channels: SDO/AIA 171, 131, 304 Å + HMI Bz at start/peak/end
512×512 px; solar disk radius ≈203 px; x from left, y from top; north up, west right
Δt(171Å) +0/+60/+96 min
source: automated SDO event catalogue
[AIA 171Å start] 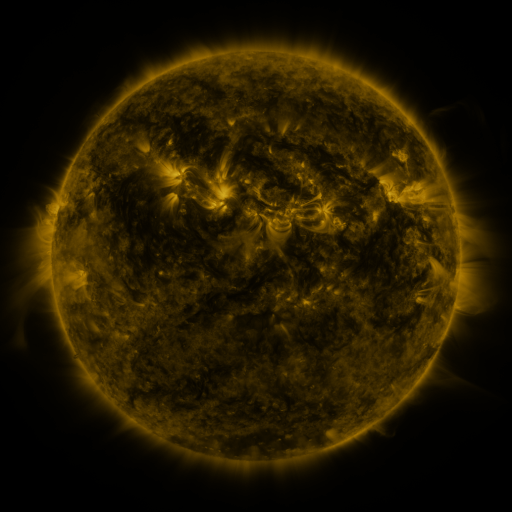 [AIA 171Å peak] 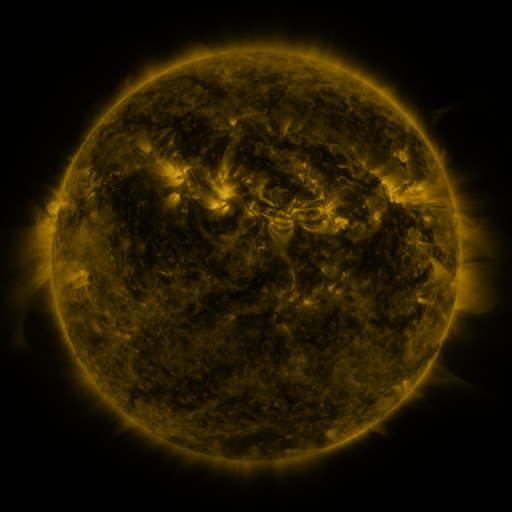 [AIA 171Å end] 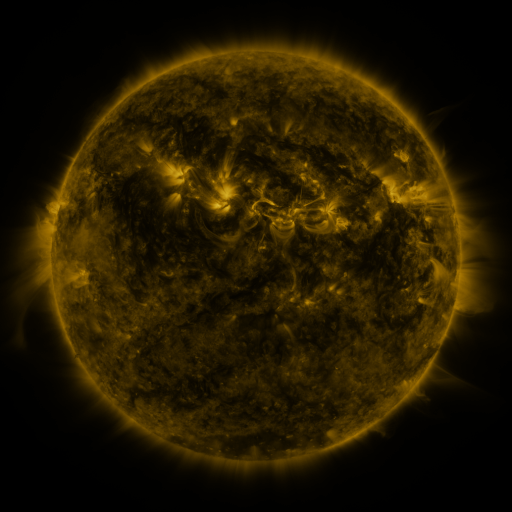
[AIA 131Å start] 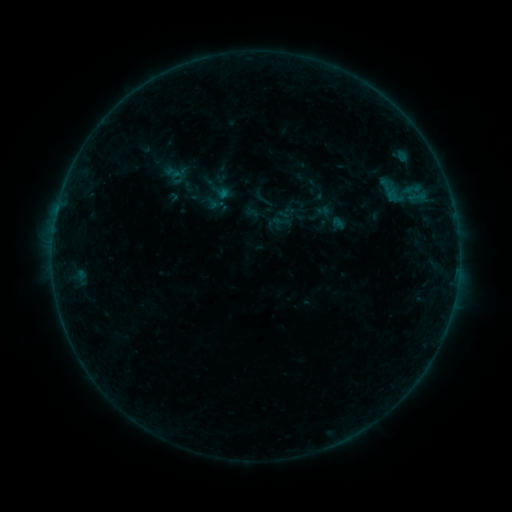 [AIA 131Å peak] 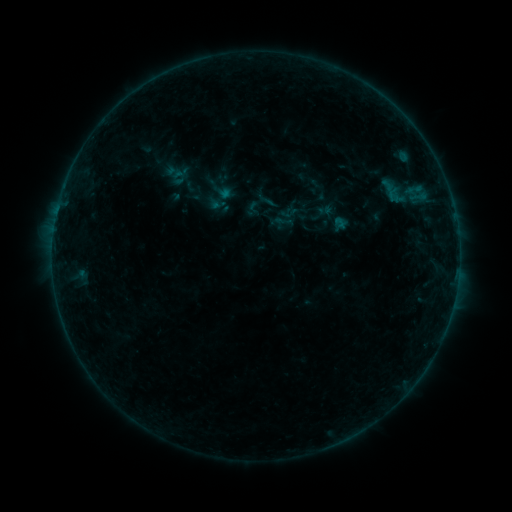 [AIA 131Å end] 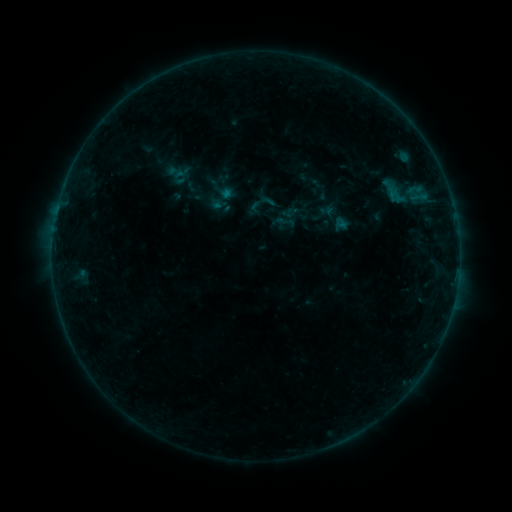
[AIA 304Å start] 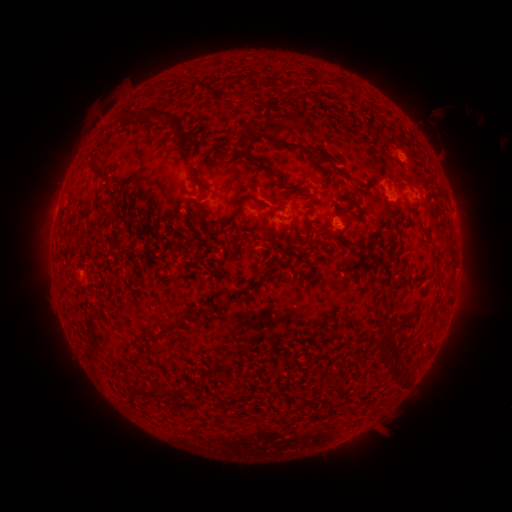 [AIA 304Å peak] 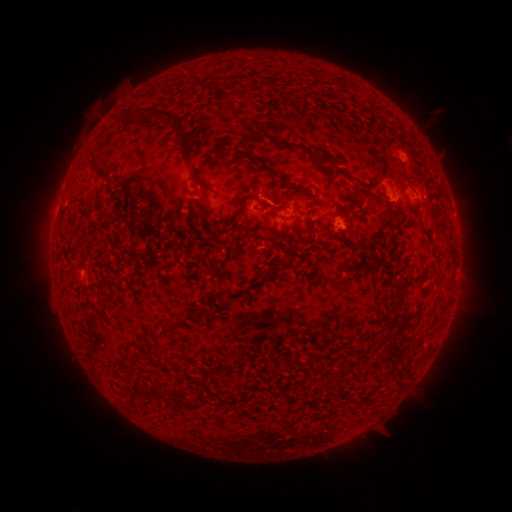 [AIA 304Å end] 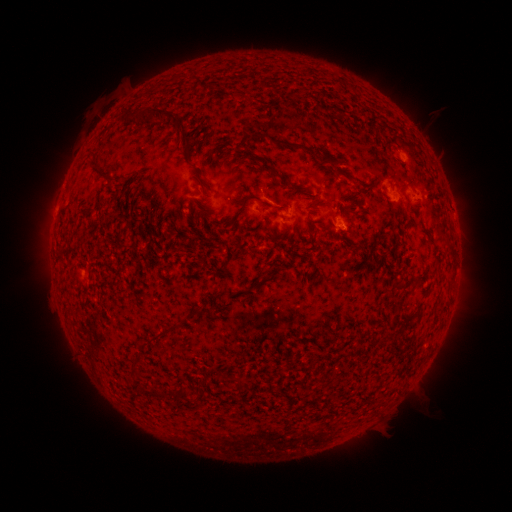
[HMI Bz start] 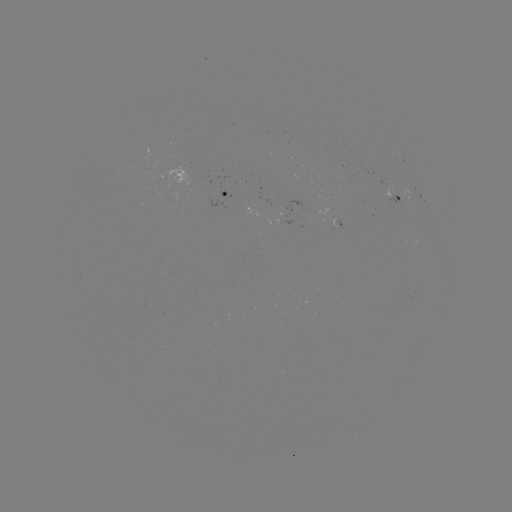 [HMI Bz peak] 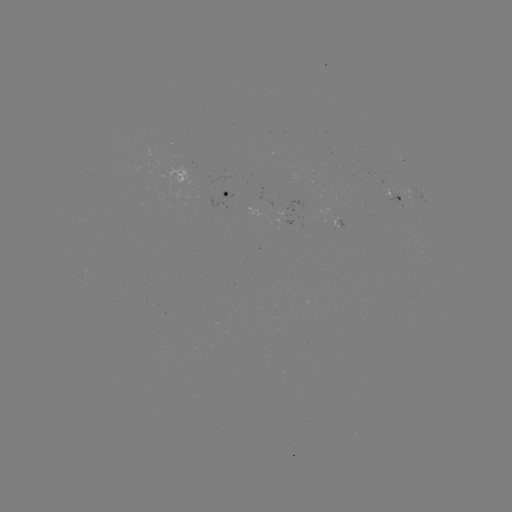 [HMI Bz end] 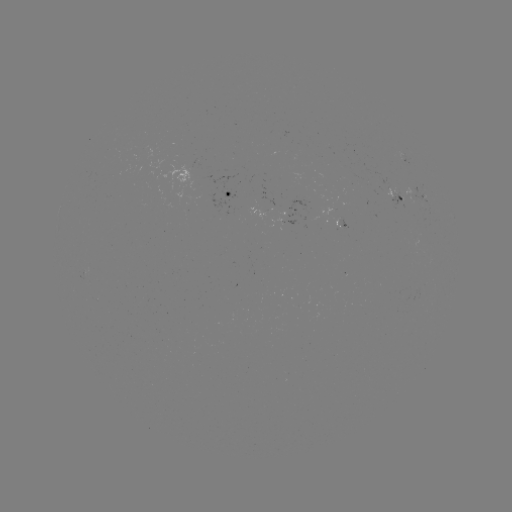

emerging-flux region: (388, 194, 413, 210)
